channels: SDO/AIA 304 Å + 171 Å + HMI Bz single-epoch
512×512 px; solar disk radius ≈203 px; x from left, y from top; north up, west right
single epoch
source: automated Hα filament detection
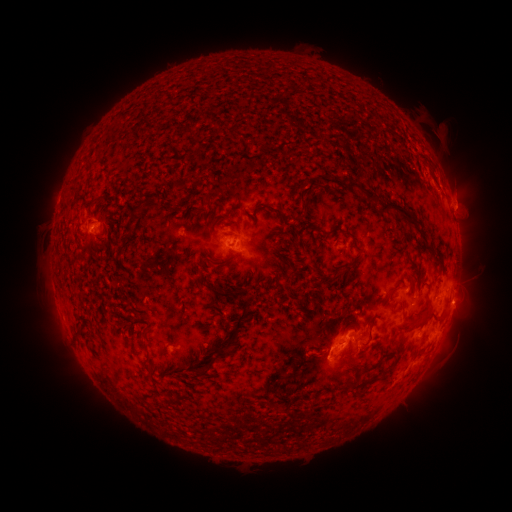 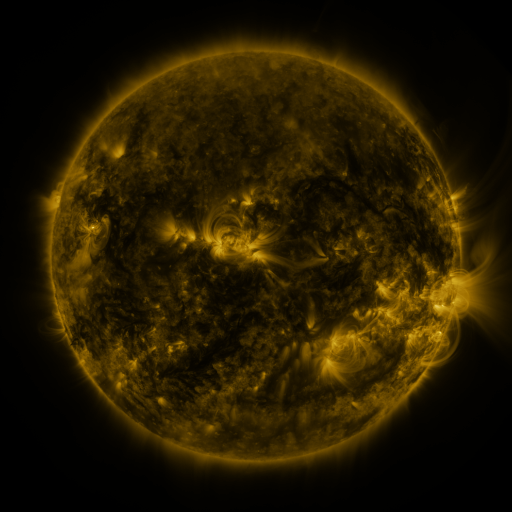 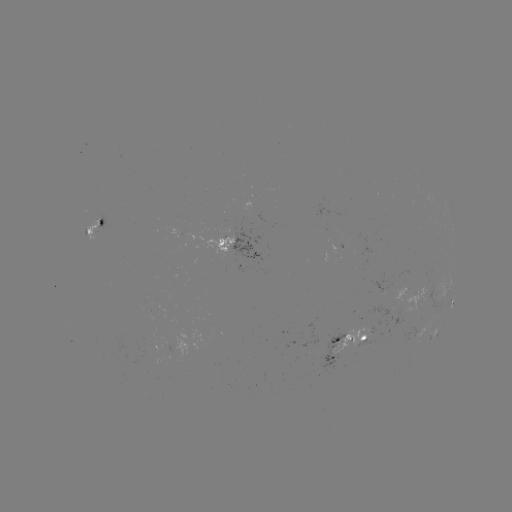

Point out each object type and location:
filament: (187, 130)
filament: (300, 194)
filament: (207, 198)
filament: (383, 201)
filament: (262, 207)
filament: (169, 211)
filament: (90, 215)
filament: (182, 215)
filament: (137, 216)
filament: (213, 227)
filament: (341, 229)
filament: (429, 247)
filament: (350, 263)
filament: (328, 281)
filament: (223, 294)
filament: (420, 322)
filament: (326, 327)
filament: (236, 329)
filament: (146, 338)
filament: (209, 368)
